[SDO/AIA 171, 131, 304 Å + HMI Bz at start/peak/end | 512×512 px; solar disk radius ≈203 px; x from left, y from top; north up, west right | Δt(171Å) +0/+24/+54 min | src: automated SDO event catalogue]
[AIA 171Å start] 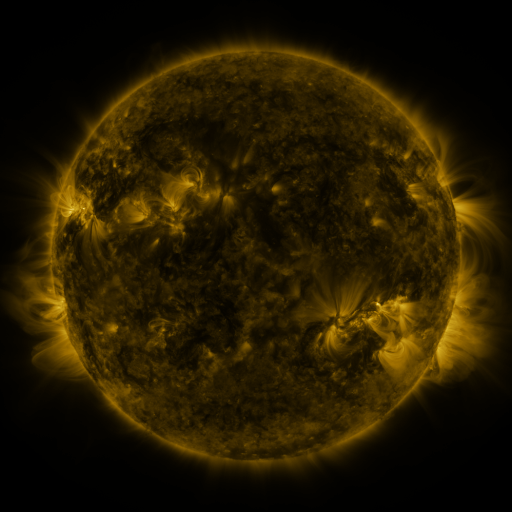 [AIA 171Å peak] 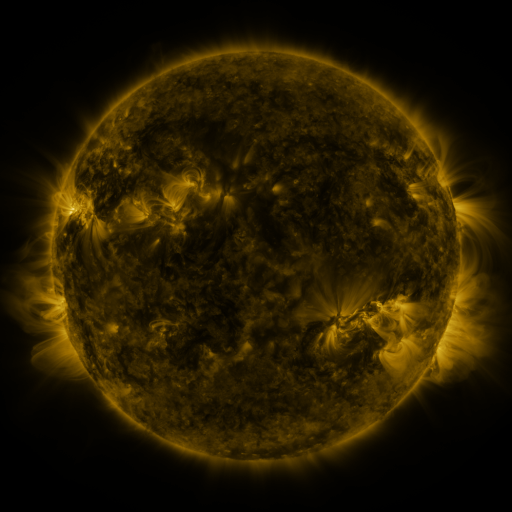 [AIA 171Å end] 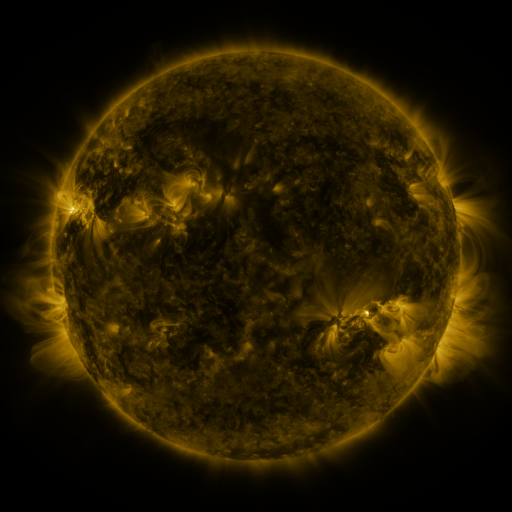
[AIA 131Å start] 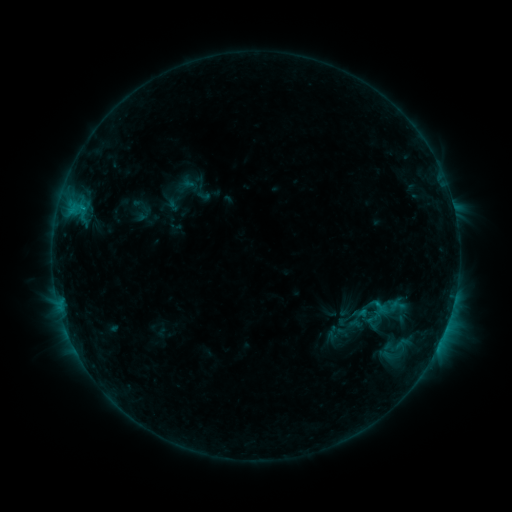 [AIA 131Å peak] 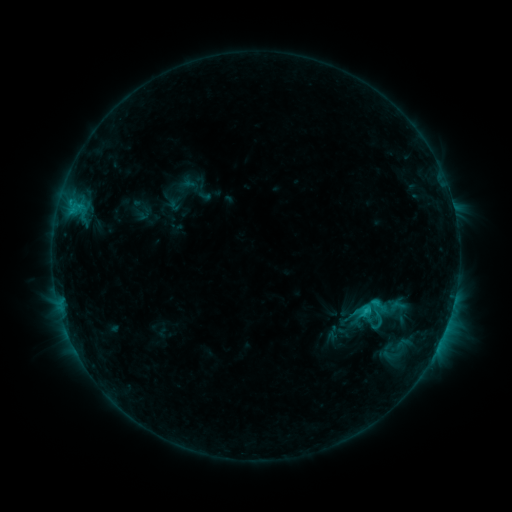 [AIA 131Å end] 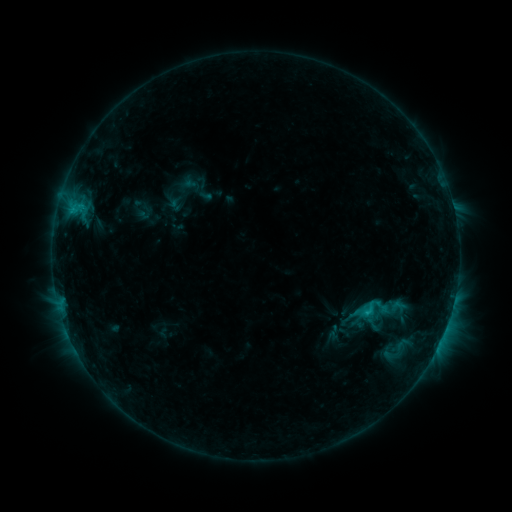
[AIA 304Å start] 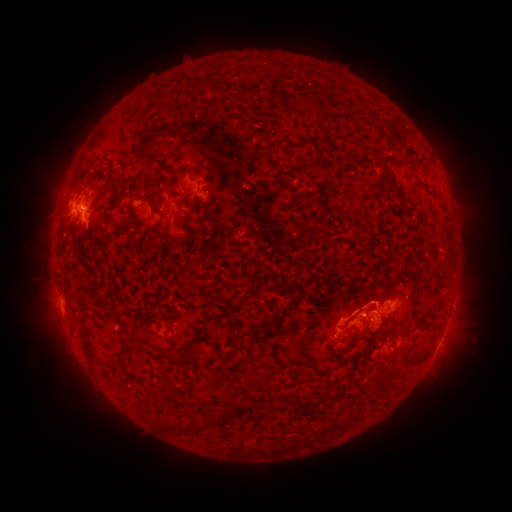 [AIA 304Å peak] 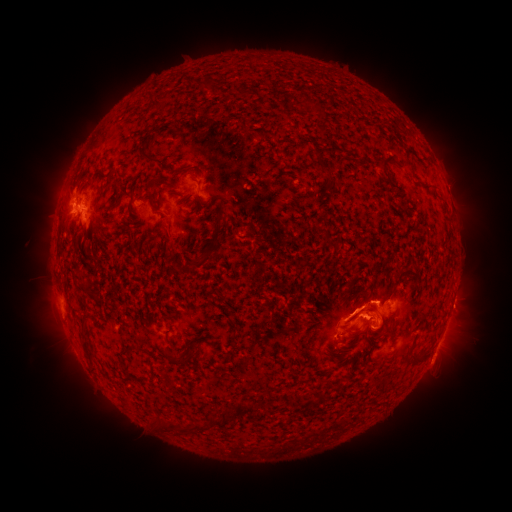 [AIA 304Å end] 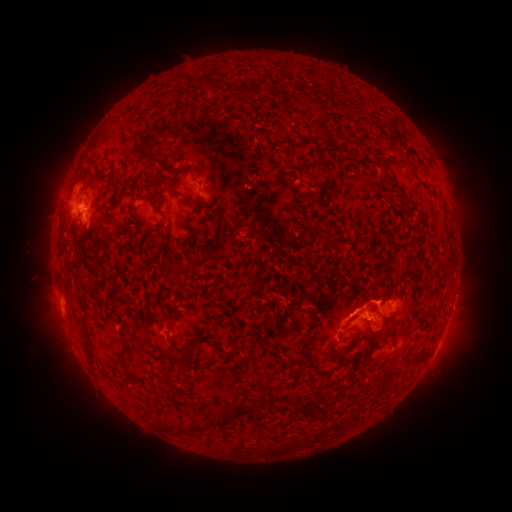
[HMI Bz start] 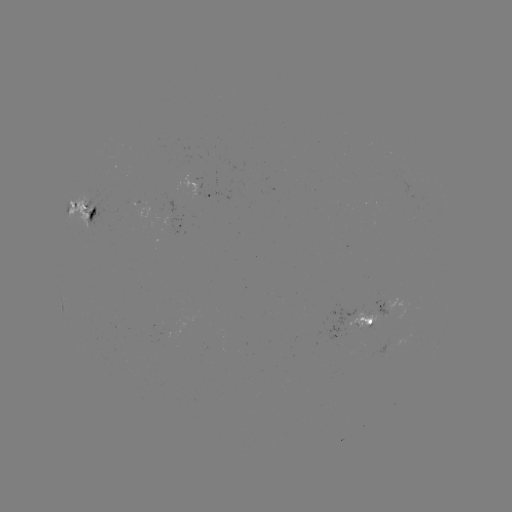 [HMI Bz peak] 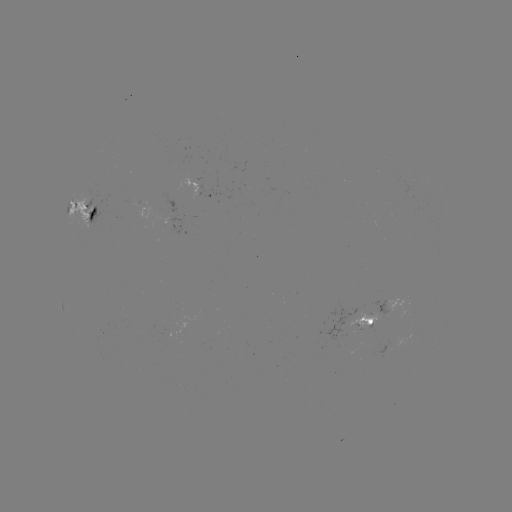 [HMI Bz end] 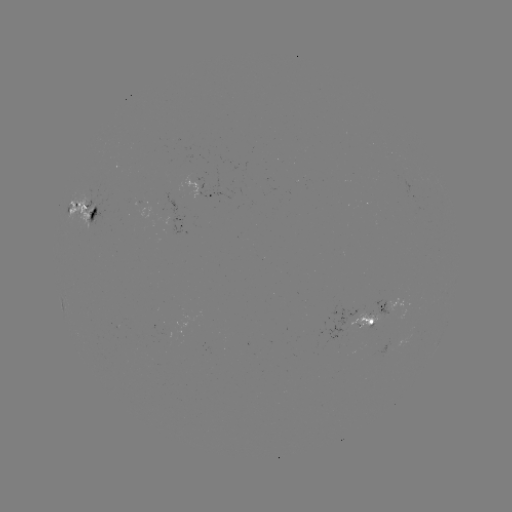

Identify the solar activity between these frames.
C2.0 flare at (367, 309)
